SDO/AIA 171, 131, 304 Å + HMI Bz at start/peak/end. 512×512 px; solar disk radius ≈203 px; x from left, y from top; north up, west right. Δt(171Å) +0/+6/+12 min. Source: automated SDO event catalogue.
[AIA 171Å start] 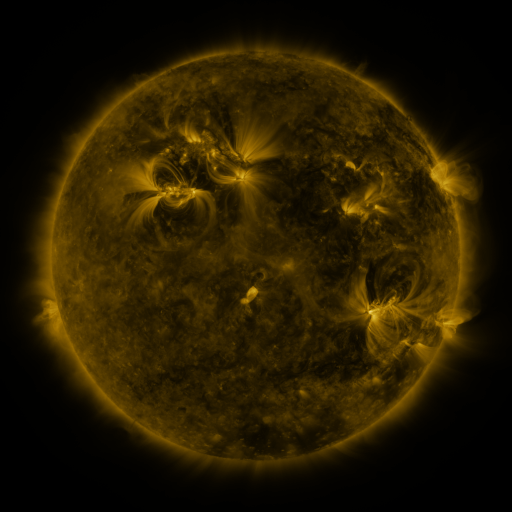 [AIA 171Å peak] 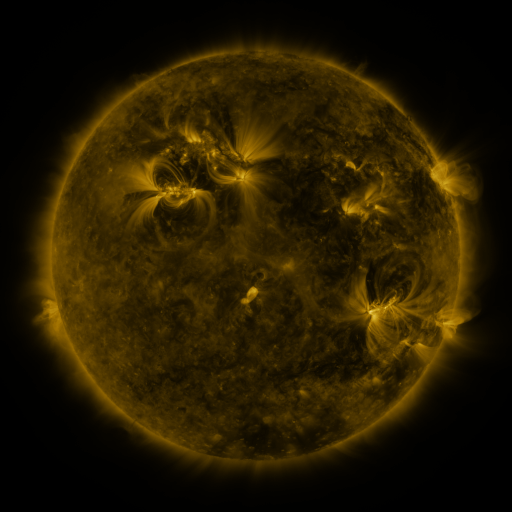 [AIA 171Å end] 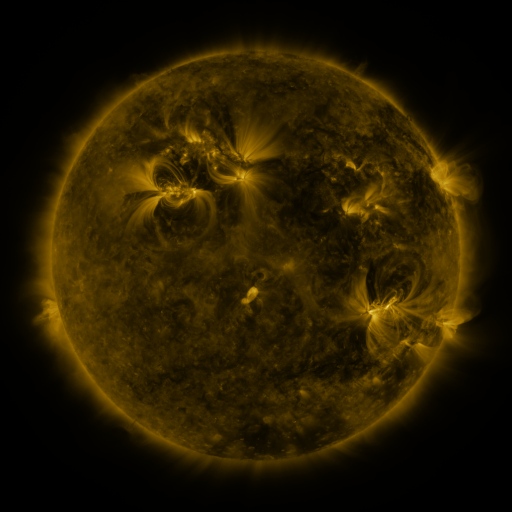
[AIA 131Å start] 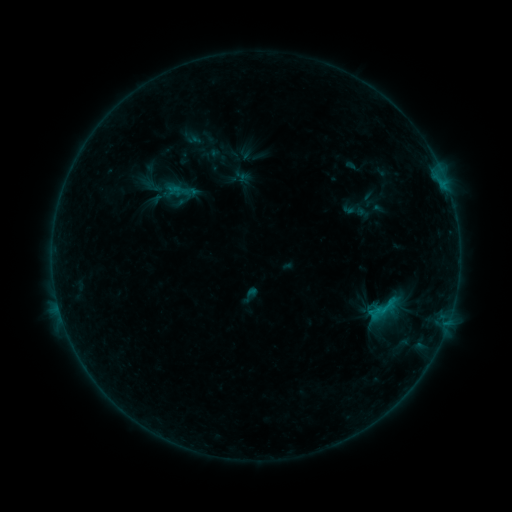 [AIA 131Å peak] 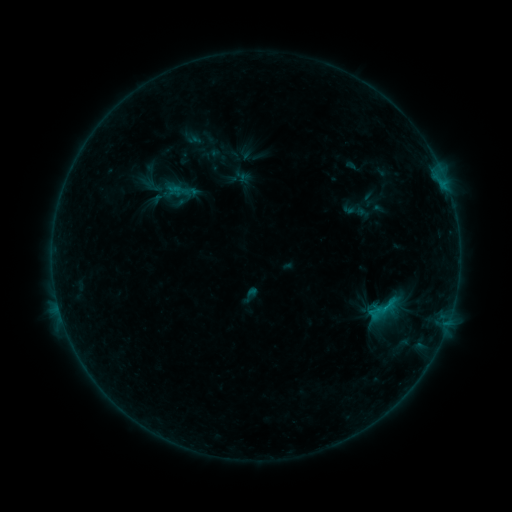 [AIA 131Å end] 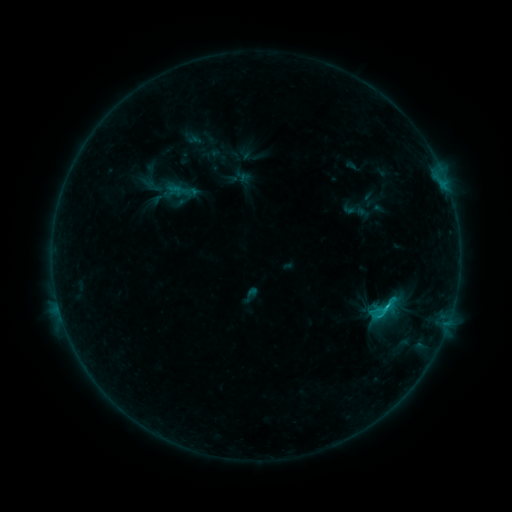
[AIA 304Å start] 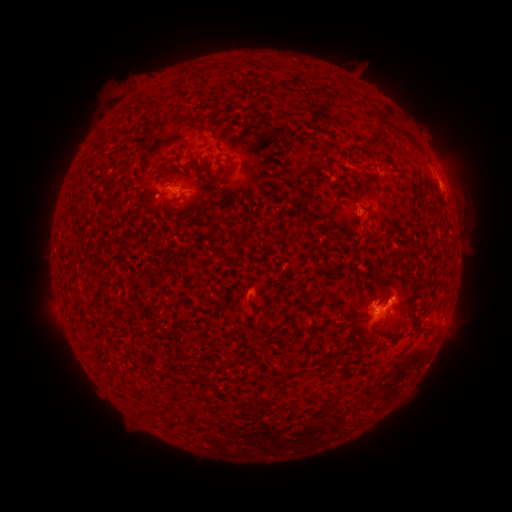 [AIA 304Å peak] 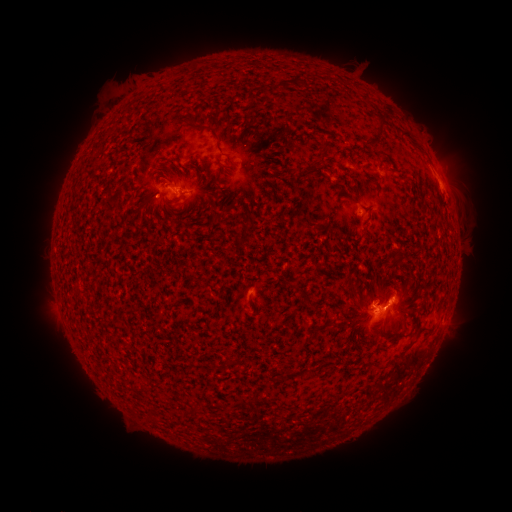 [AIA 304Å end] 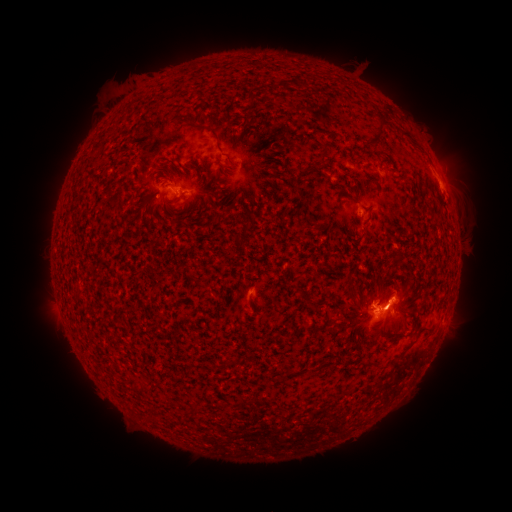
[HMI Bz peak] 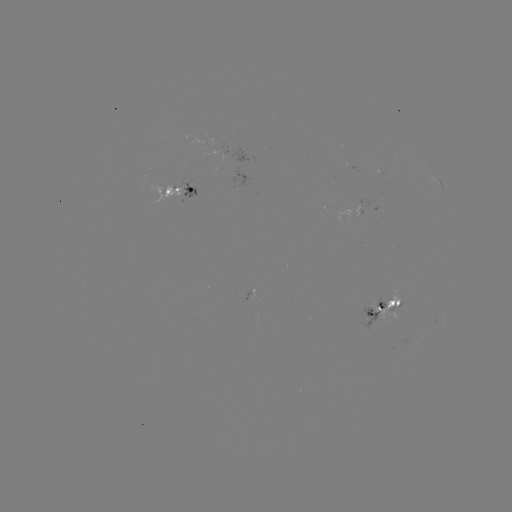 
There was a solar flare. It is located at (374, 314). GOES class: C1.2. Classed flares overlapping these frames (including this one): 1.